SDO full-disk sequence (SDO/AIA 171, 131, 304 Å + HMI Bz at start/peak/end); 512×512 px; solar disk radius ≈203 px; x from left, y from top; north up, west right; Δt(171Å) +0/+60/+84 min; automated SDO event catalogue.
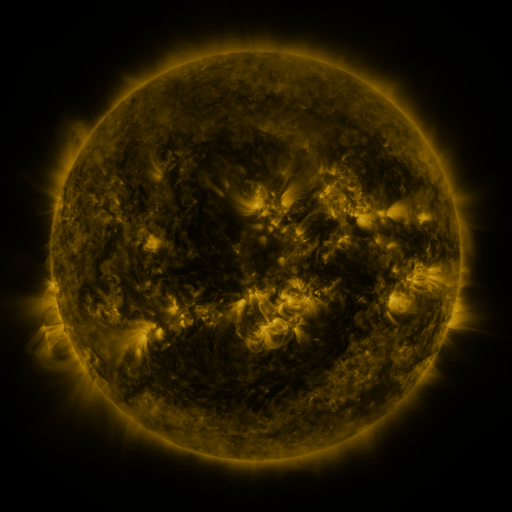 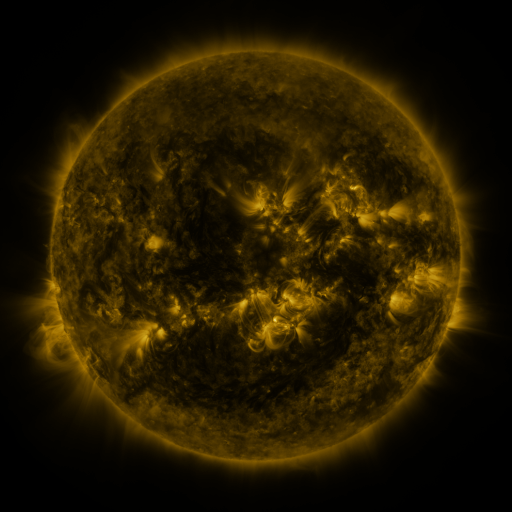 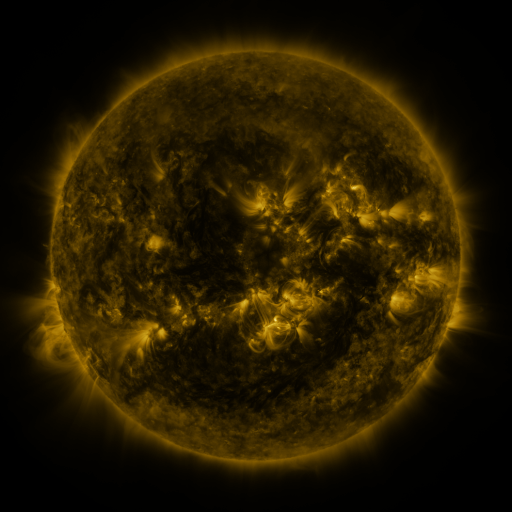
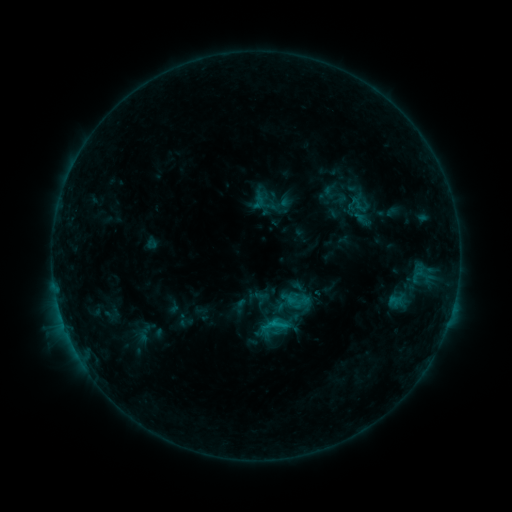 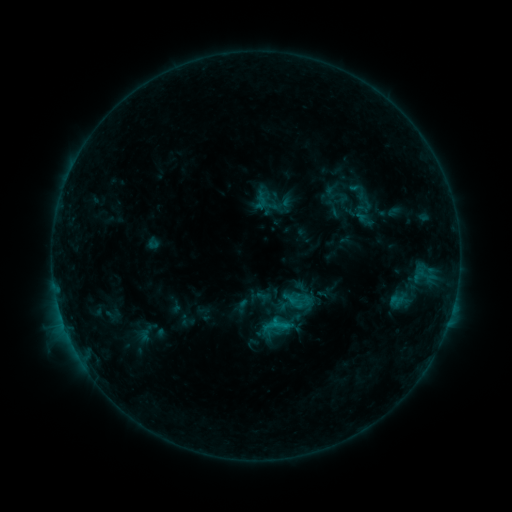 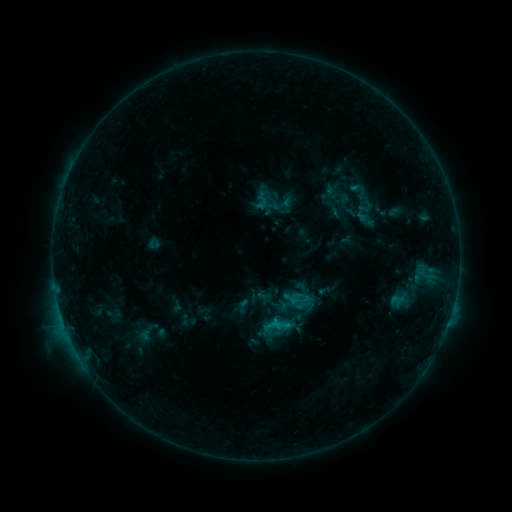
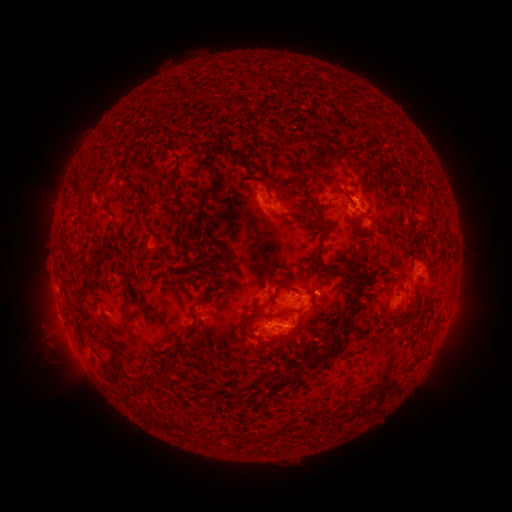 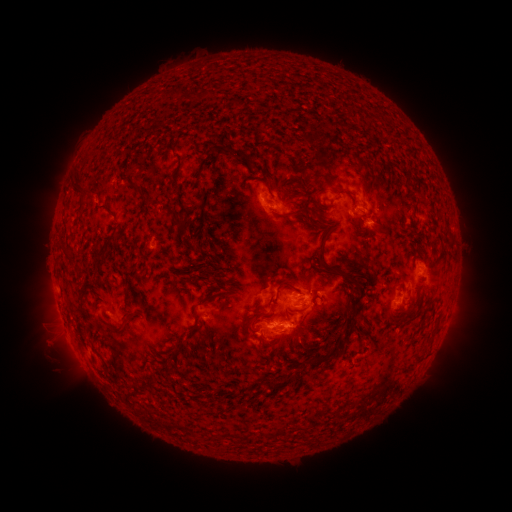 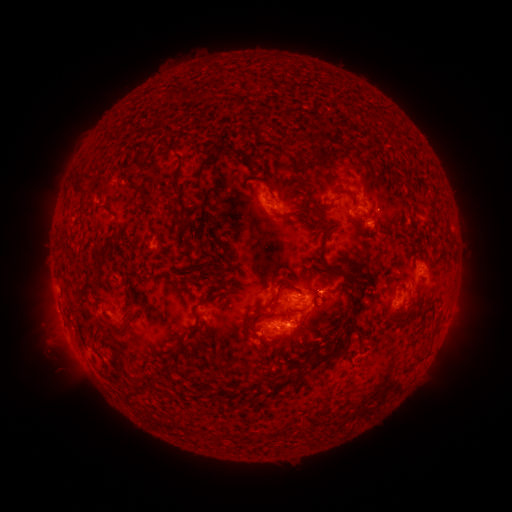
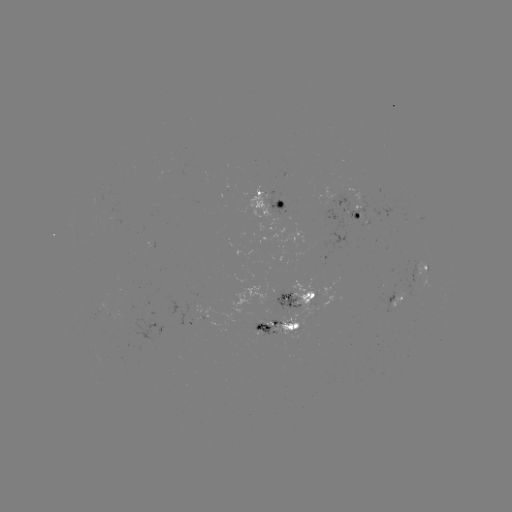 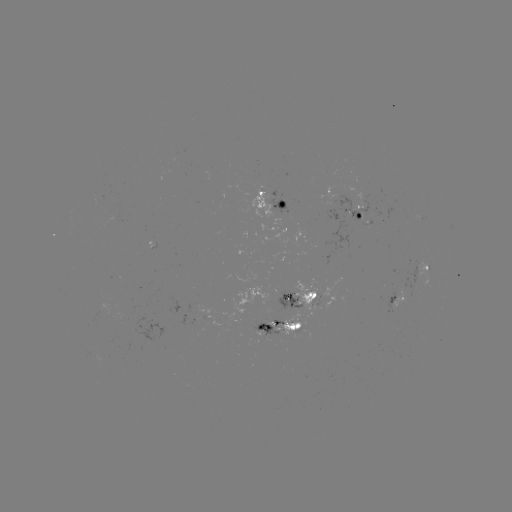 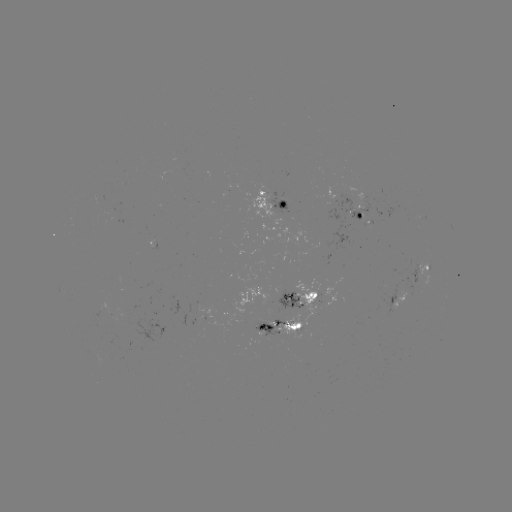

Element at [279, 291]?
emerging-flux region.